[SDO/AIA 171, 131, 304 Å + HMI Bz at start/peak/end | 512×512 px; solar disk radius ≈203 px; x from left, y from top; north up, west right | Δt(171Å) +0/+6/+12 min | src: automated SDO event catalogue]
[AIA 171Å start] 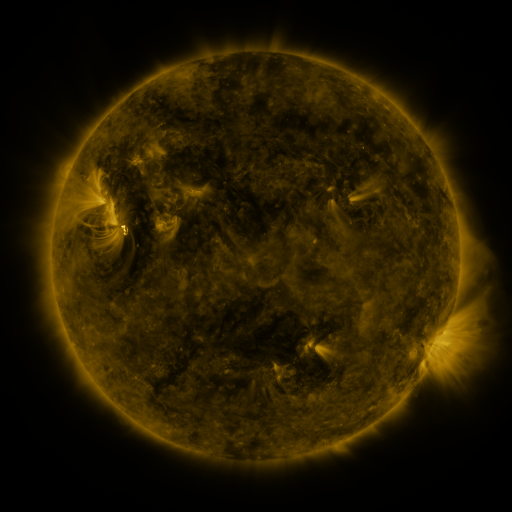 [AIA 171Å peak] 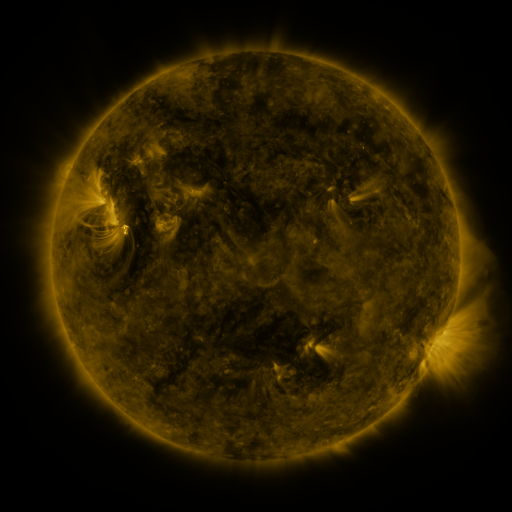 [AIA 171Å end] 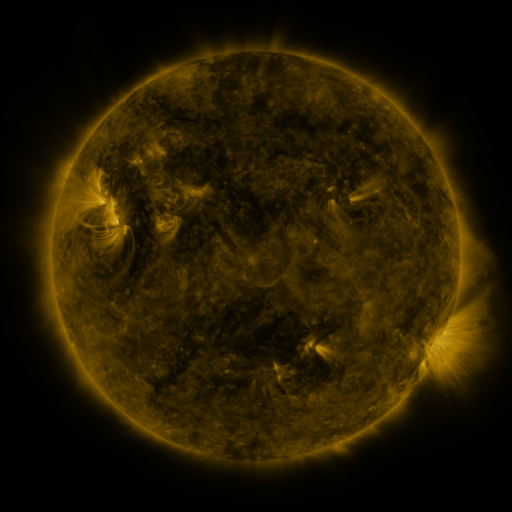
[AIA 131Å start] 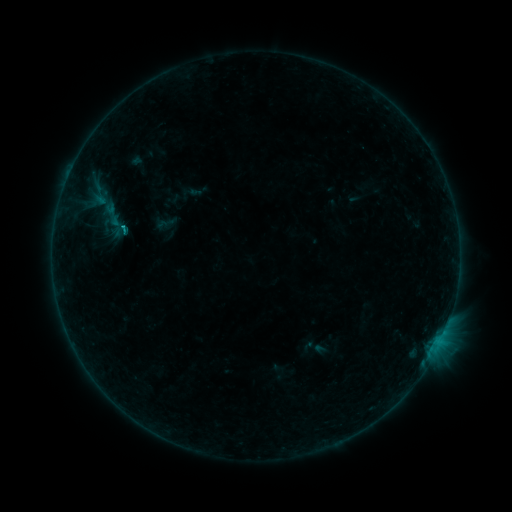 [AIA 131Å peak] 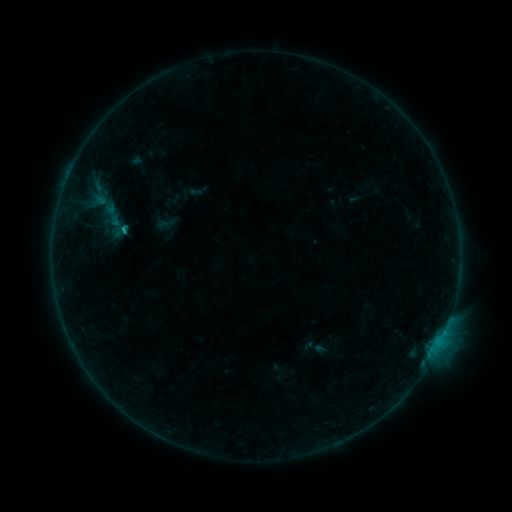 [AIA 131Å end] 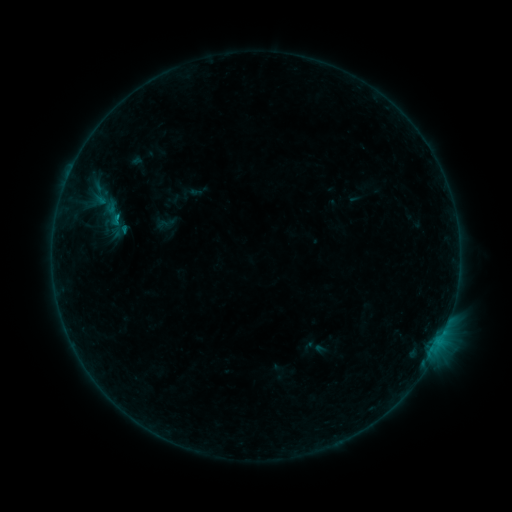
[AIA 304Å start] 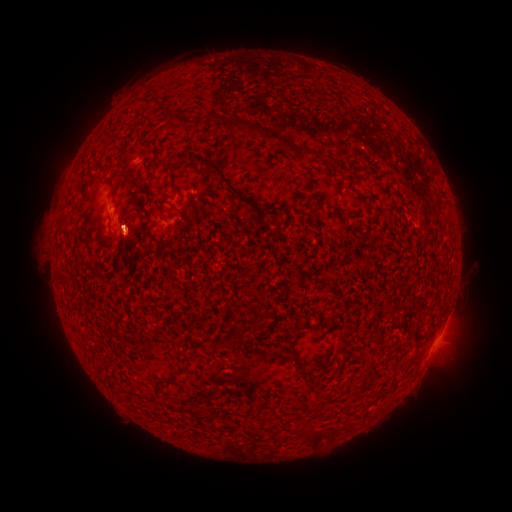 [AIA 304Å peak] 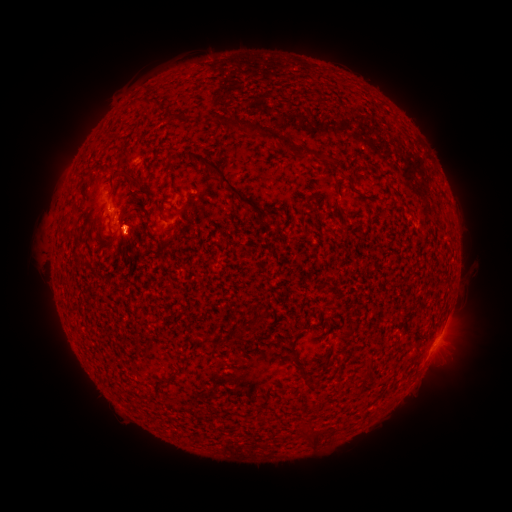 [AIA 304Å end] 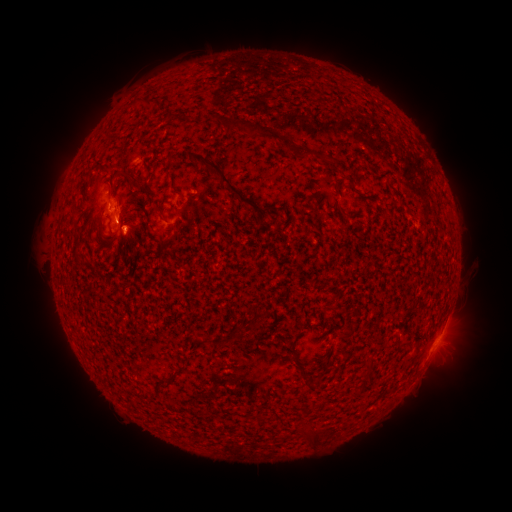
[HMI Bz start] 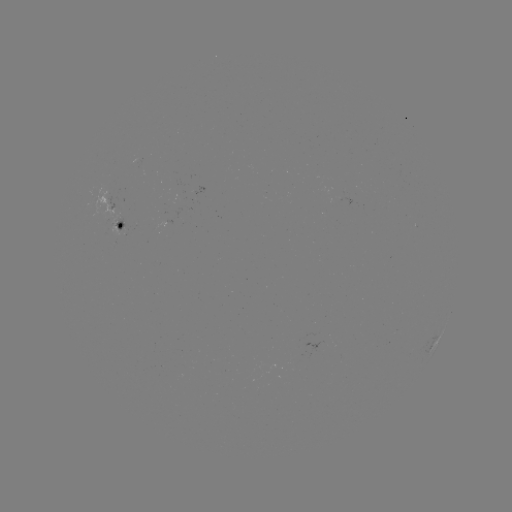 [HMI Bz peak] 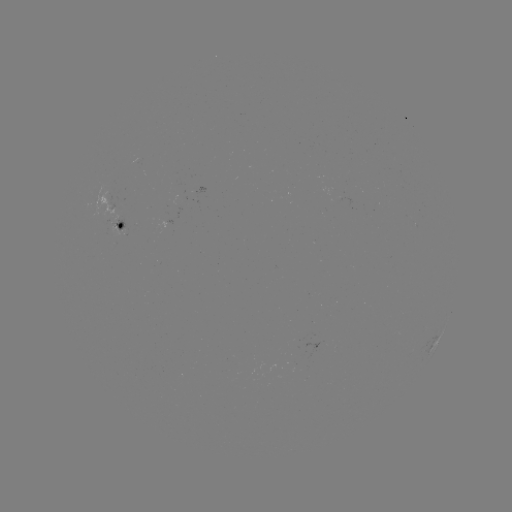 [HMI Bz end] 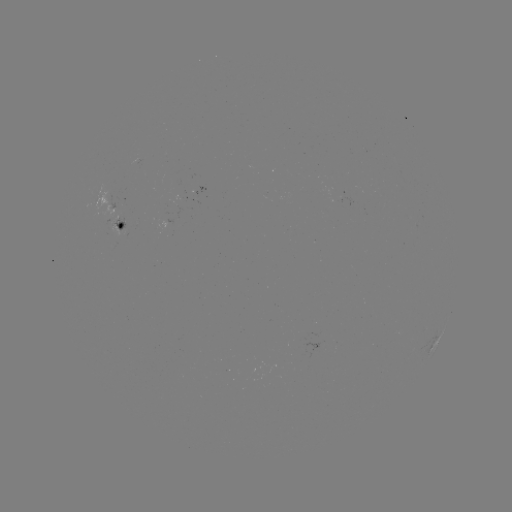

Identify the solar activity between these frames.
eruption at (127, 225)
